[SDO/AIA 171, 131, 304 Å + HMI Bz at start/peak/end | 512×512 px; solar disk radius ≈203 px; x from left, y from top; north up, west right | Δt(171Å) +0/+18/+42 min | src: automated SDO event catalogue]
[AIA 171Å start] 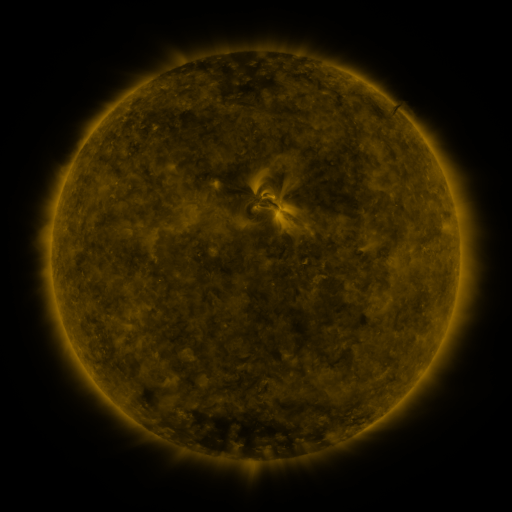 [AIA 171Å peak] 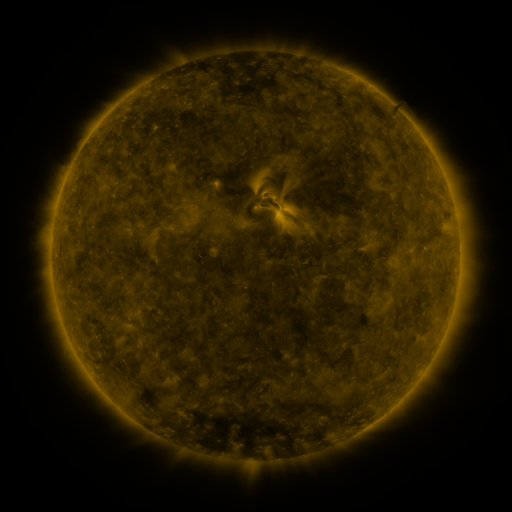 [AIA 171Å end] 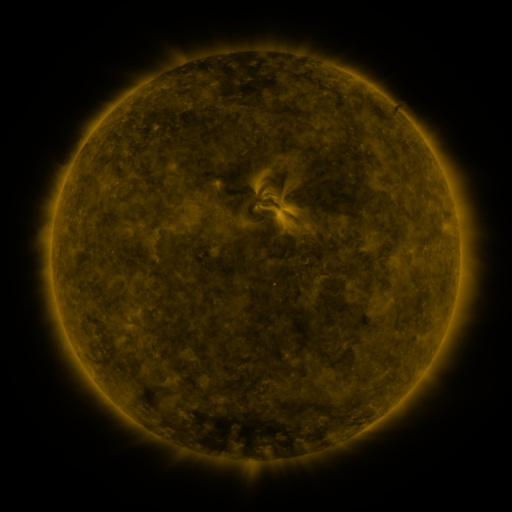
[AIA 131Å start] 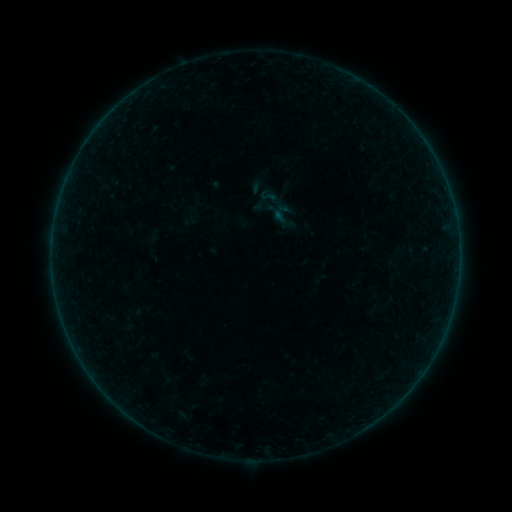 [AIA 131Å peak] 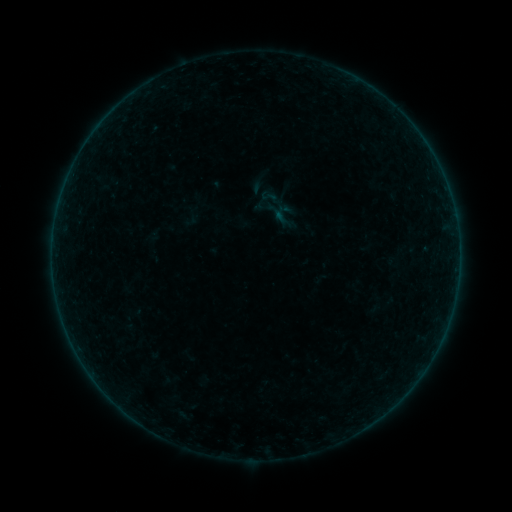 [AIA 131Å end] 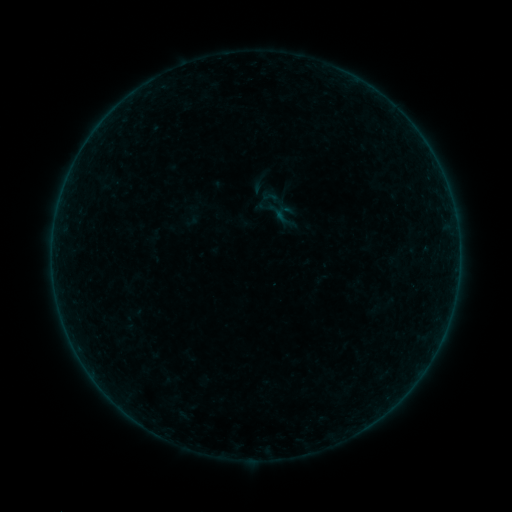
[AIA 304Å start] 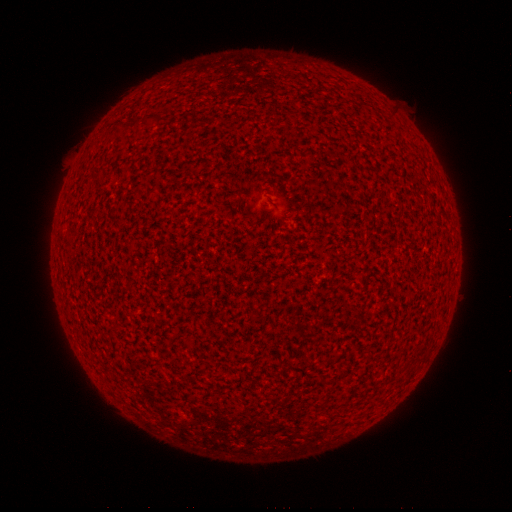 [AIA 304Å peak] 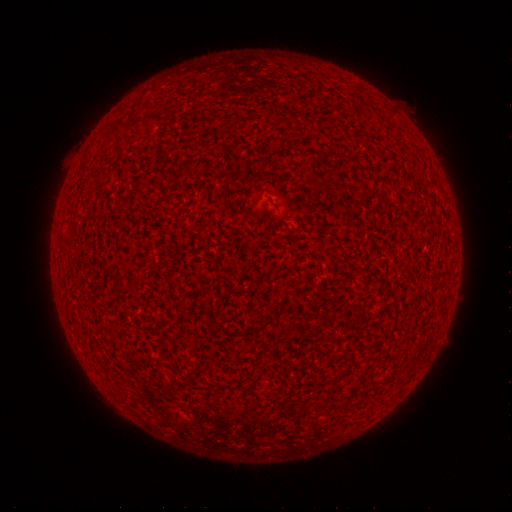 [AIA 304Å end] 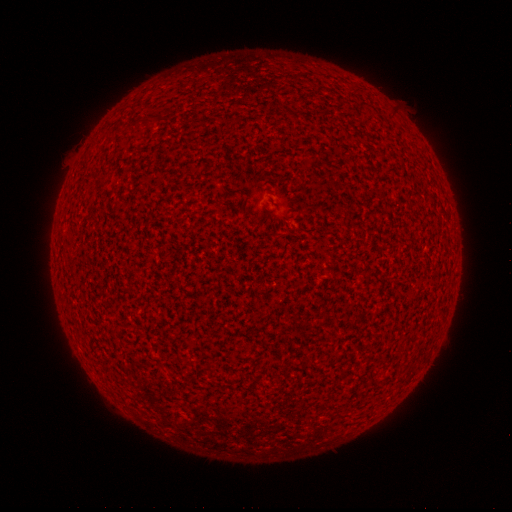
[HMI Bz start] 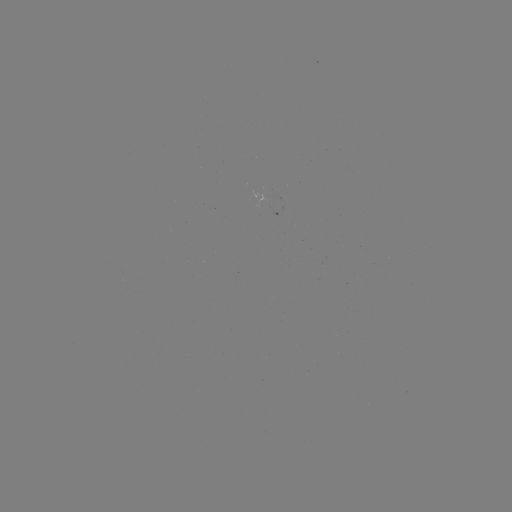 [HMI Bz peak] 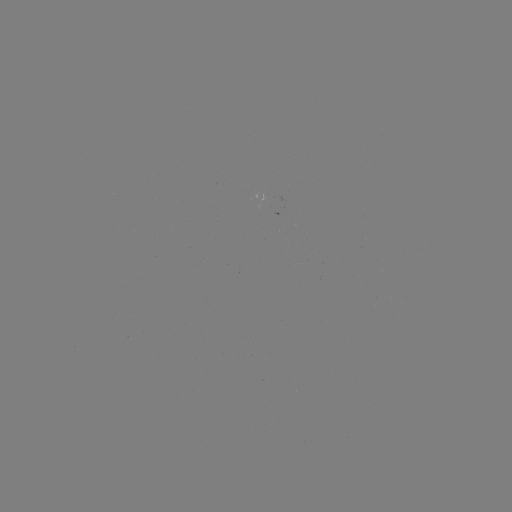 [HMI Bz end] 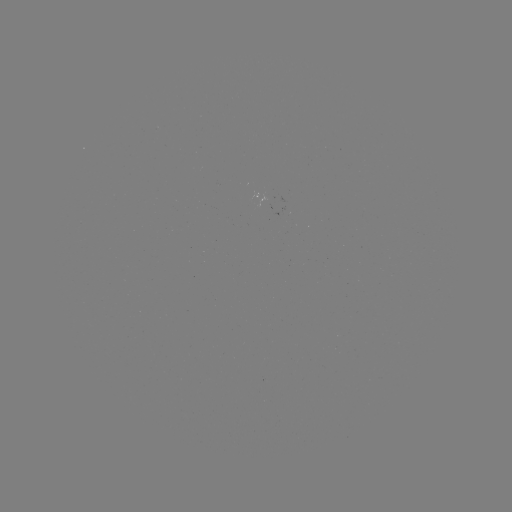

nothing was catalogued: no classed flare, no EUV trigger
